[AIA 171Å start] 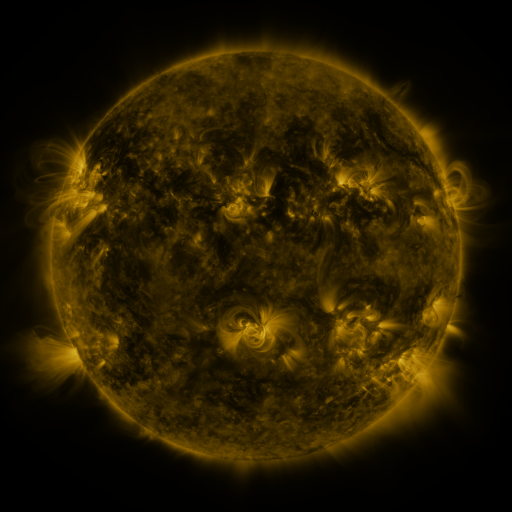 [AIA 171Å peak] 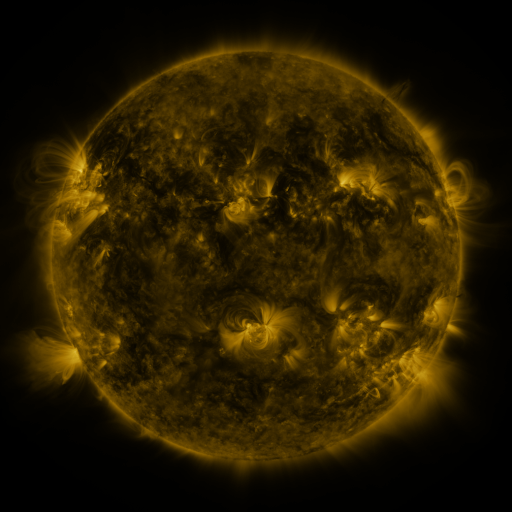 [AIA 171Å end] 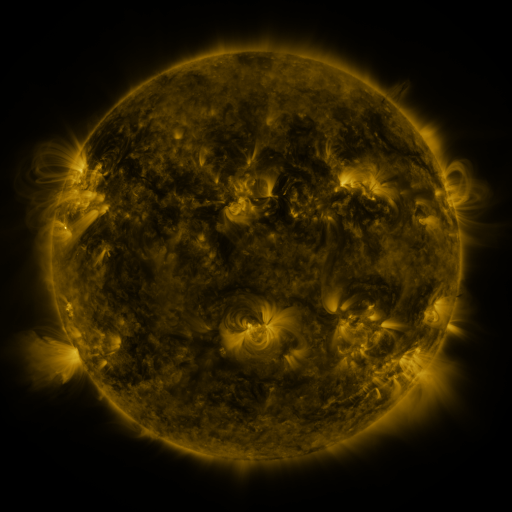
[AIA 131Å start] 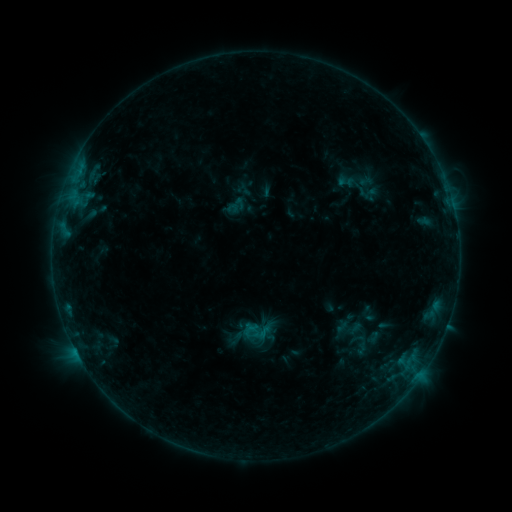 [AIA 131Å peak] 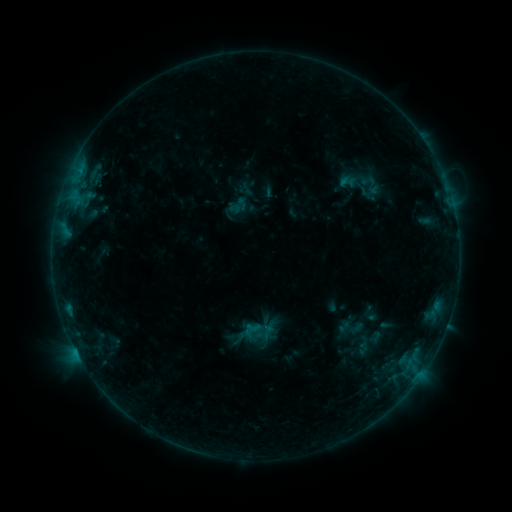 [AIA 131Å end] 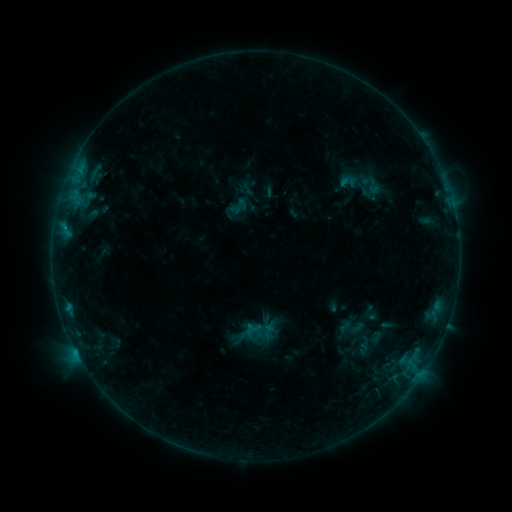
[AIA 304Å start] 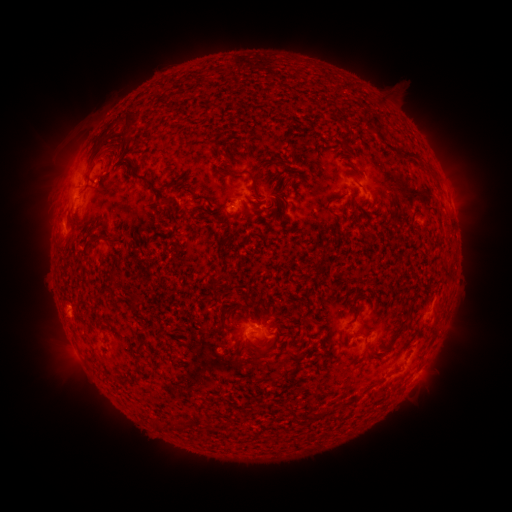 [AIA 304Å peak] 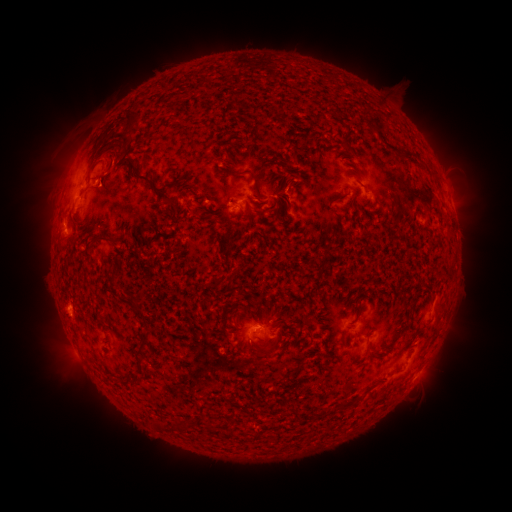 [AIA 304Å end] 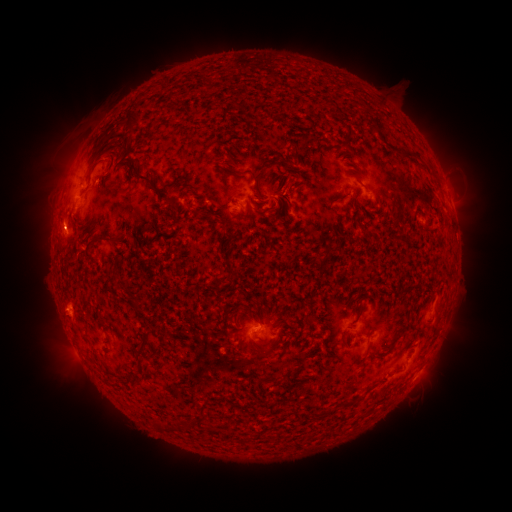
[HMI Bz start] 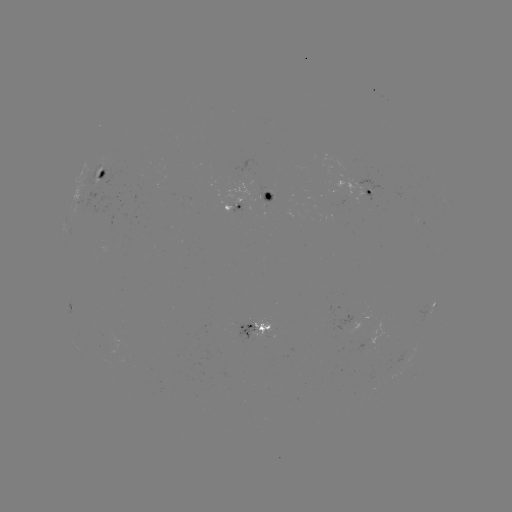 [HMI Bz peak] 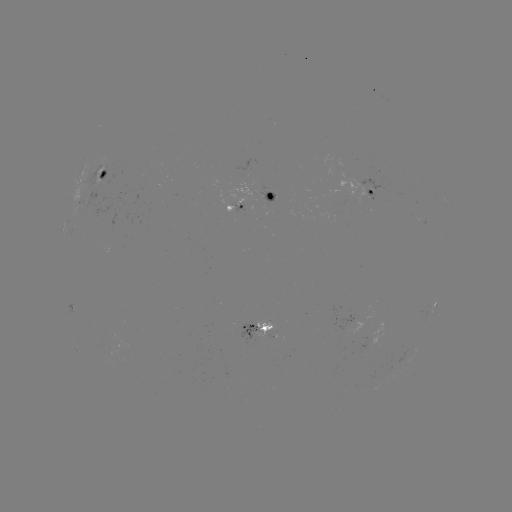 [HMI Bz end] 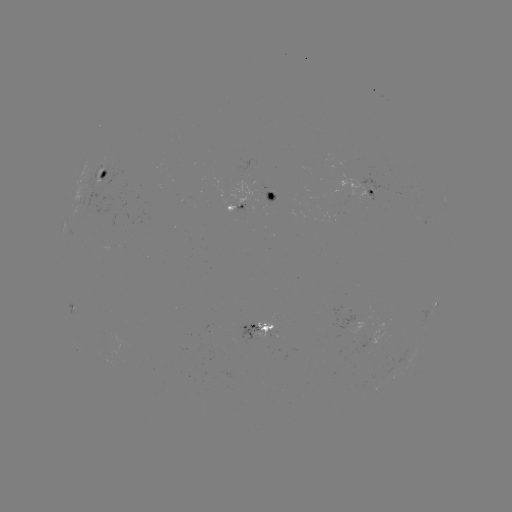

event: emerging-flux region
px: (271, 194)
